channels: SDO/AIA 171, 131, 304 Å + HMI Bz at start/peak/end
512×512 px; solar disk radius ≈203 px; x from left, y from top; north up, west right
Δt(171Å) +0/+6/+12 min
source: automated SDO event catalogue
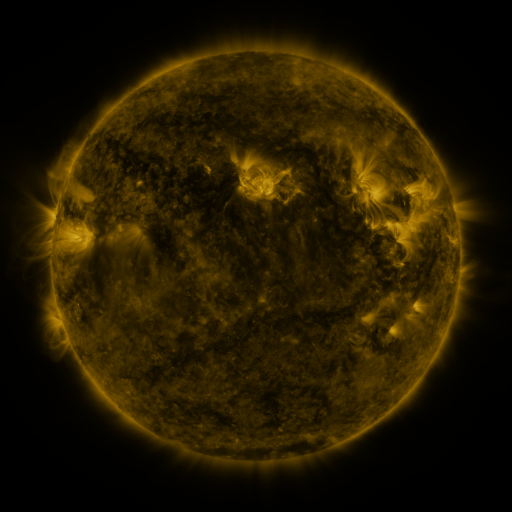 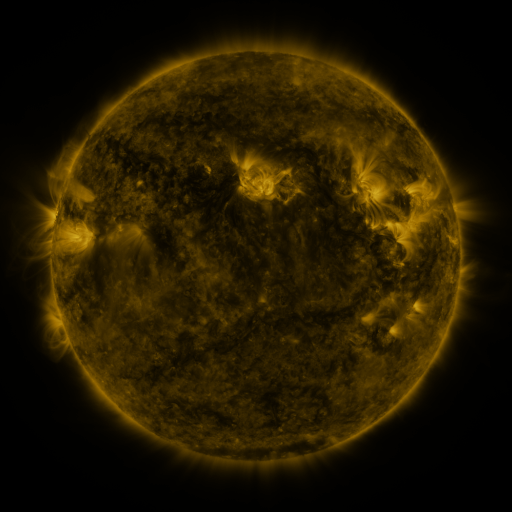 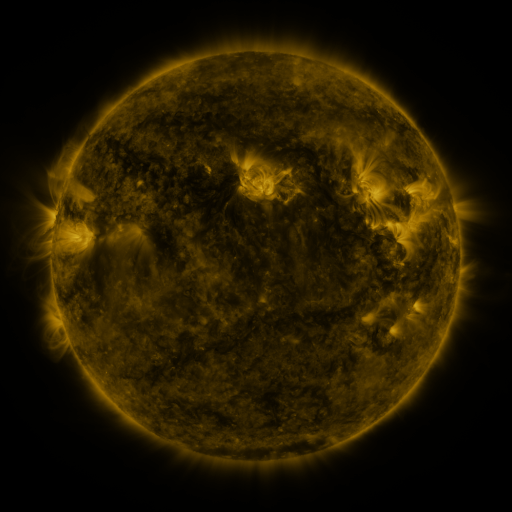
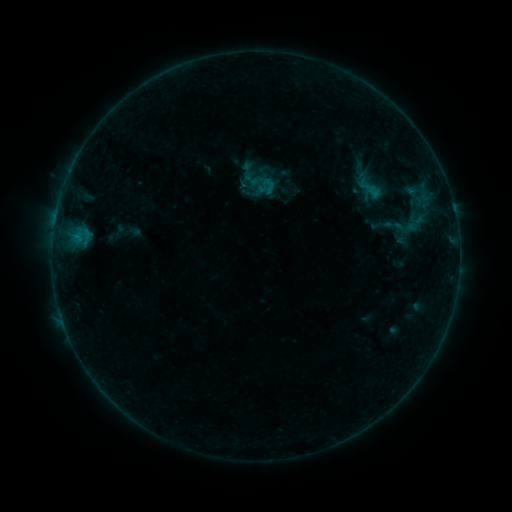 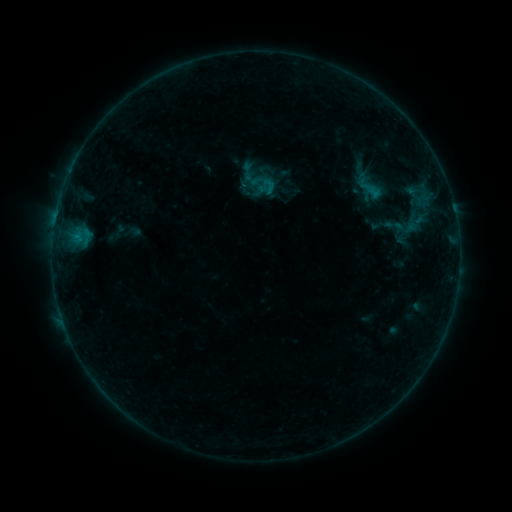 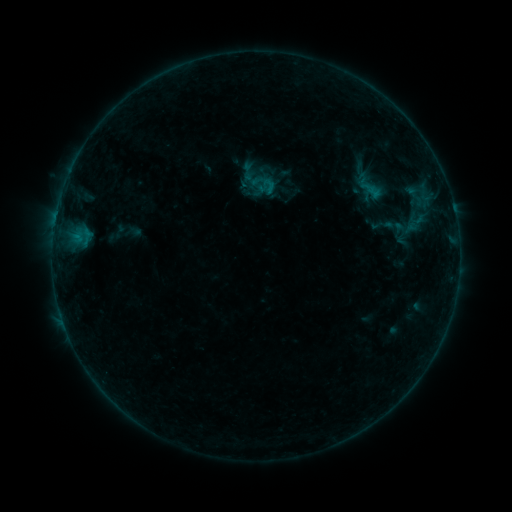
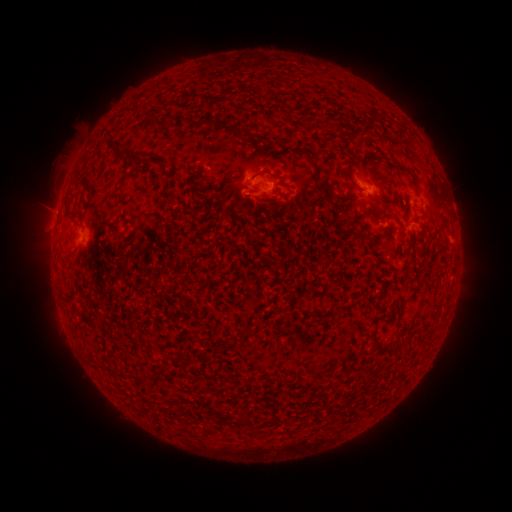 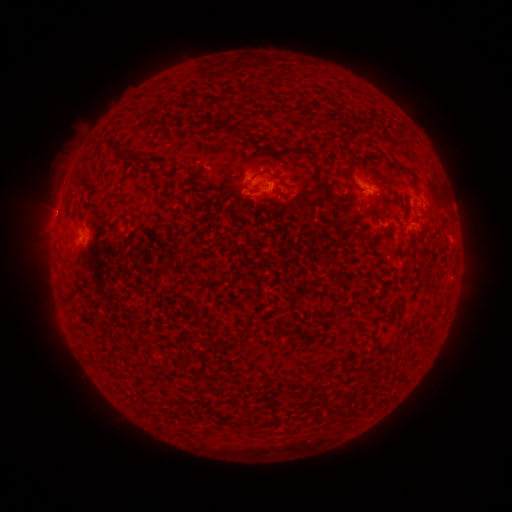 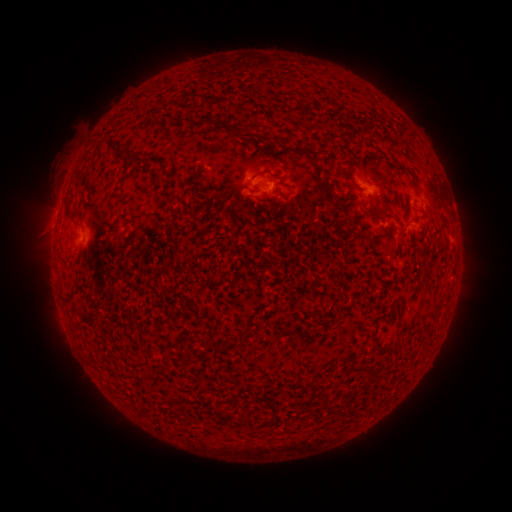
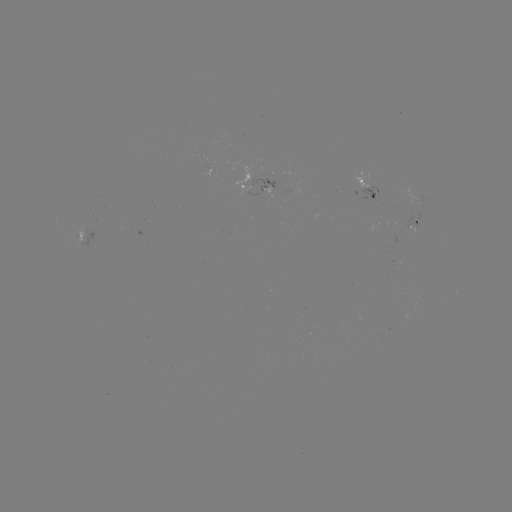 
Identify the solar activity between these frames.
no classed flare was catalogued and no EUV brightening was flagged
